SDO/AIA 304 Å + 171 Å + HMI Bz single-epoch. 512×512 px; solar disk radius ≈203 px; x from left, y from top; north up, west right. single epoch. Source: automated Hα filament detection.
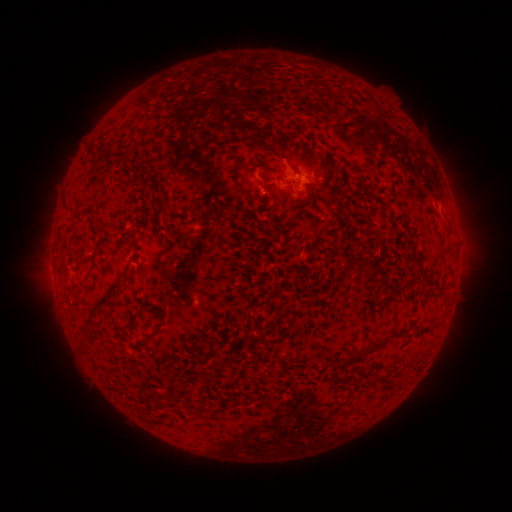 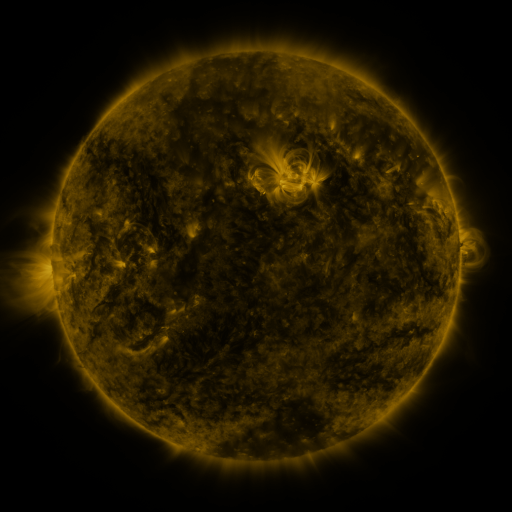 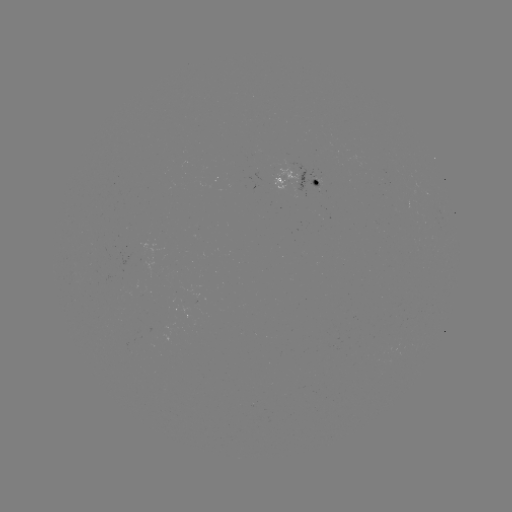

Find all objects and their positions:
filament: <bbox>92, 147, 104, 156</bbox>
filament: <bbox>226, 152, 250, 196</bbox>
filament: <bbox>287, 162, 300, 176</bbox>
filament: <bbox>139, 175, 148, 186</bbox>
filament: <bbox>350, 258, 366, 268</bbox>
filament: <bbox>83, 281, 118, 326</bbox>
filament: <bbox>127, 304, 146, 322</bbox>
filament: <bbox>354, 329, 401, 358</bbox>
filament: <bbox>215, 363, 223, 372</bbox>
filament: <bbox>163, 392, 172, 403</bbox>
